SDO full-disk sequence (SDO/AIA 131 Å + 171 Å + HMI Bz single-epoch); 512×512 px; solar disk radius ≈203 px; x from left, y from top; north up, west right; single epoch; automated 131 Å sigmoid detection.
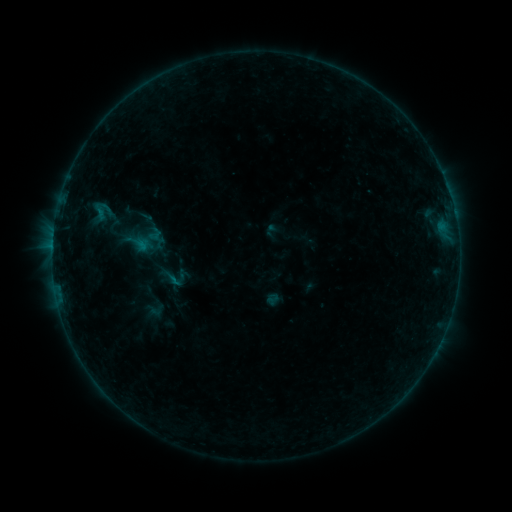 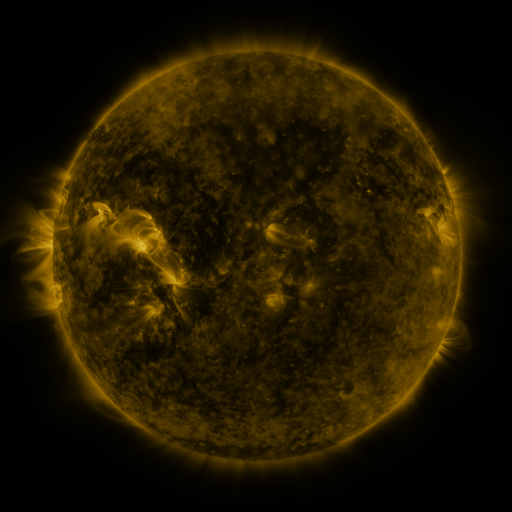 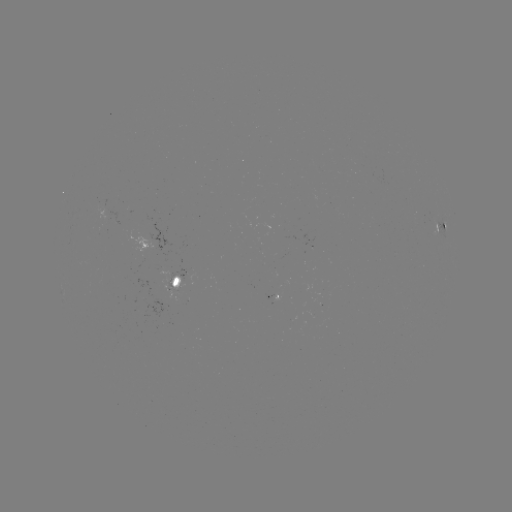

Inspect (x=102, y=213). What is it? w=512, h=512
sigmoid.